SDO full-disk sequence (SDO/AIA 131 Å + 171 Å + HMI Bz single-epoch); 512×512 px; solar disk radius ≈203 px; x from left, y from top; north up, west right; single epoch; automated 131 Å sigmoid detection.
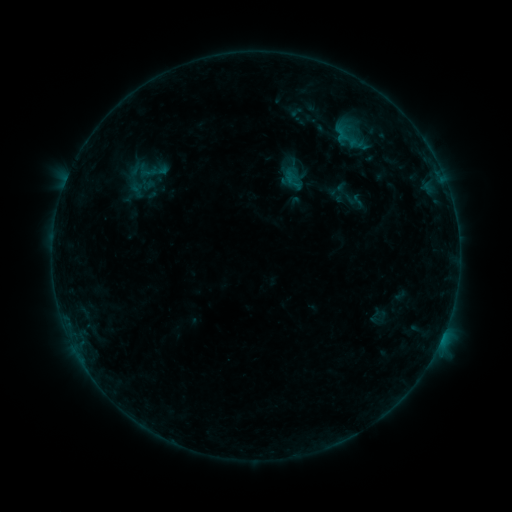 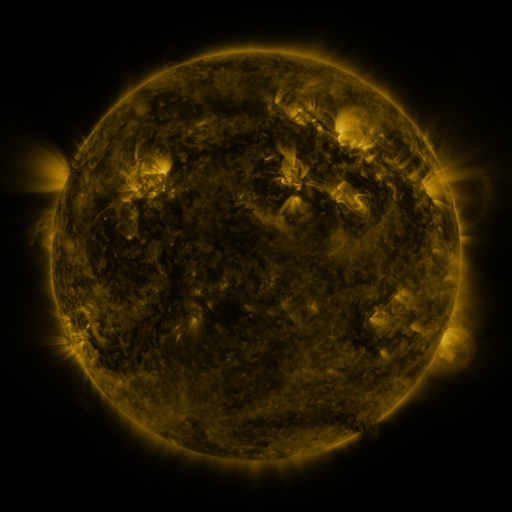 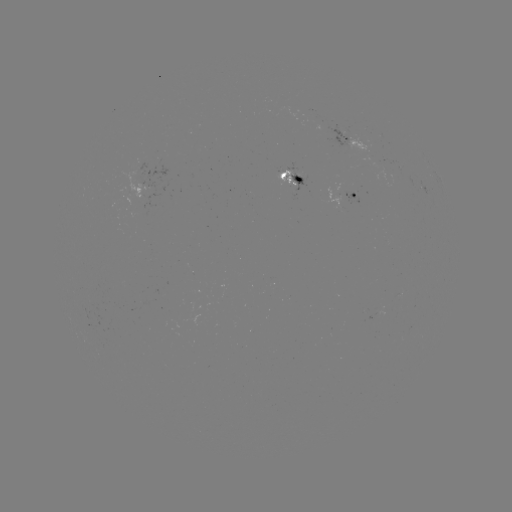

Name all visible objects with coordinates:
sigmoid: (331, 127, 366, 152)
sigmoid: (285, 179, 302, 195)
